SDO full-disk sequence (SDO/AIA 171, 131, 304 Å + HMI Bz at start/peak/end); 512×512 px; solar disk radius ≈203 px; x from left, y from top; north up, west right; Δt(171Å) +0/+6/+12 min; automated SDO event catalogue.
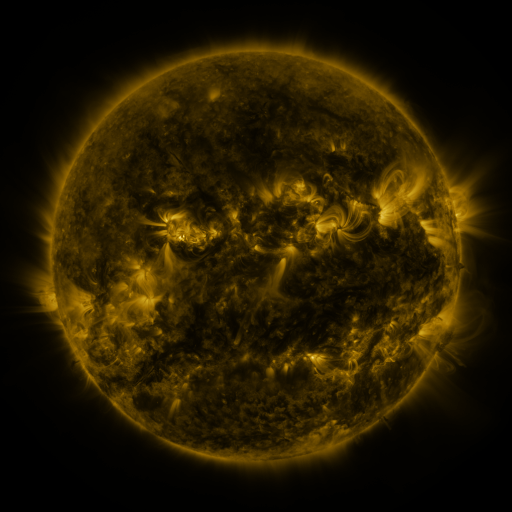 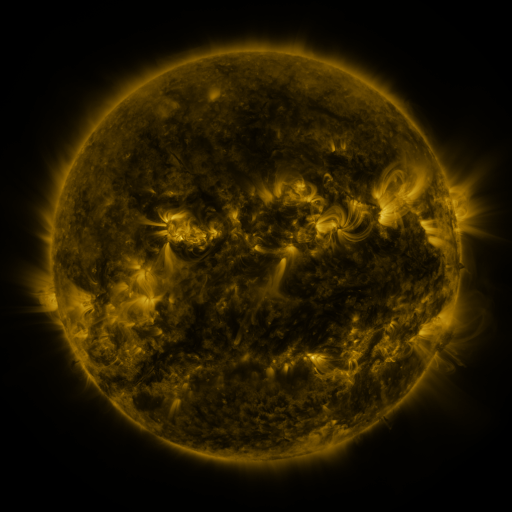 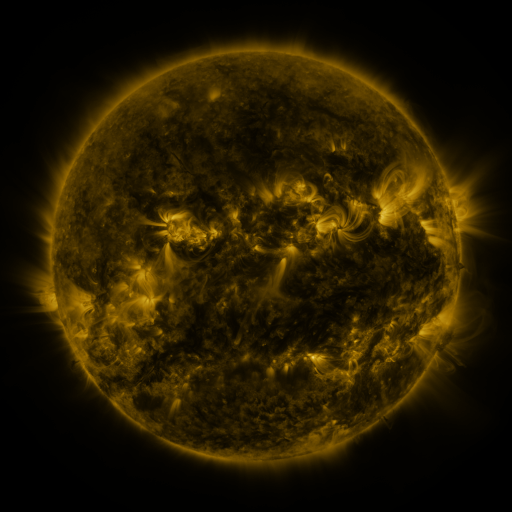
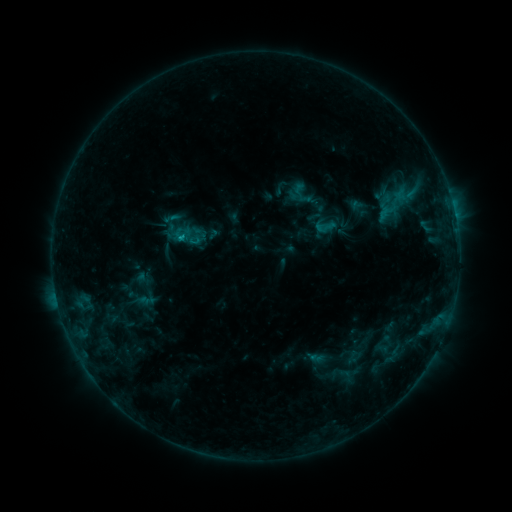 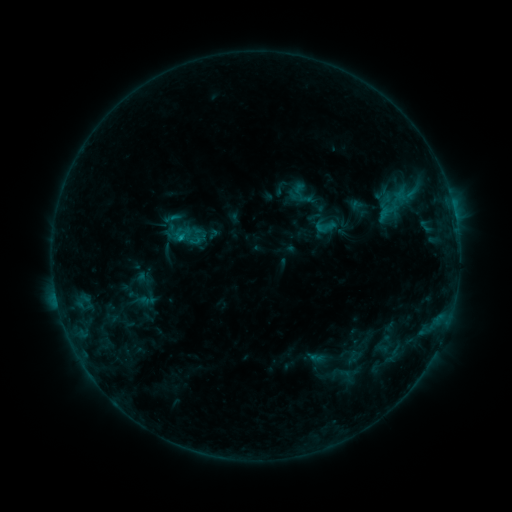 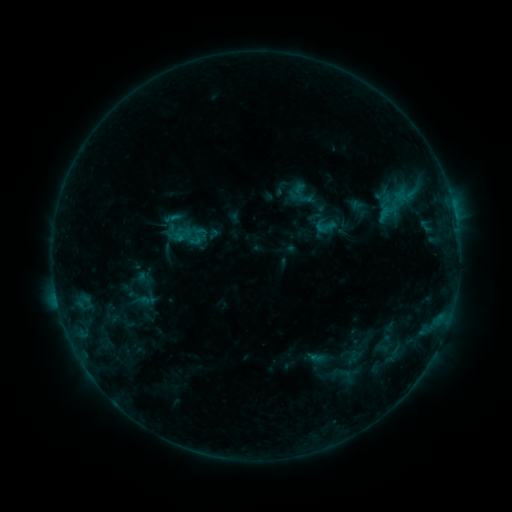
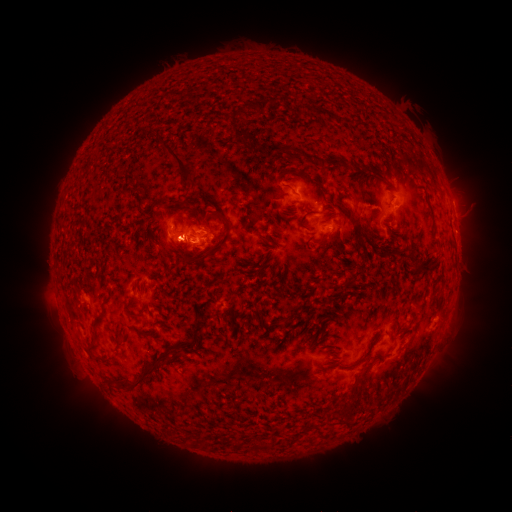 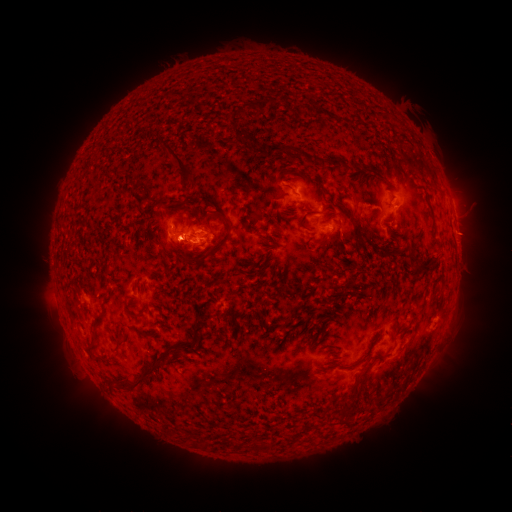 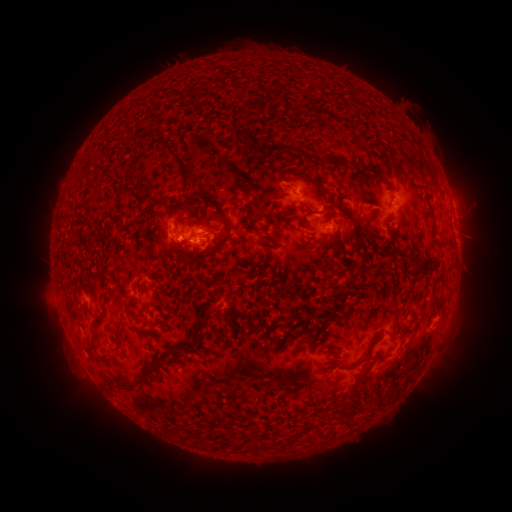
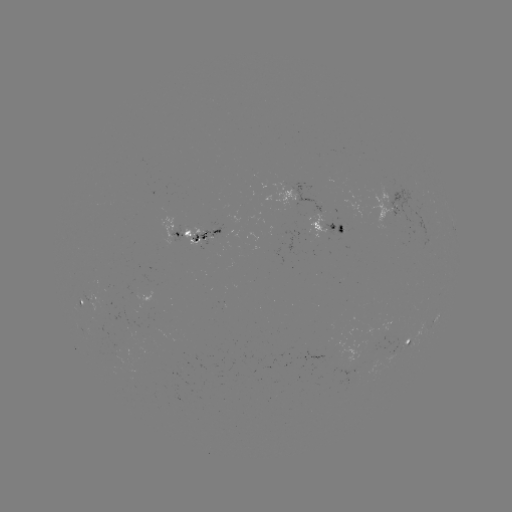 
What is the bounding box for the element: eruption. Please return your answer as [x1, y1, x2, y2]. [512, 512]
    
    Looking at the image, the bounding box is [443, 166, 493, 260].